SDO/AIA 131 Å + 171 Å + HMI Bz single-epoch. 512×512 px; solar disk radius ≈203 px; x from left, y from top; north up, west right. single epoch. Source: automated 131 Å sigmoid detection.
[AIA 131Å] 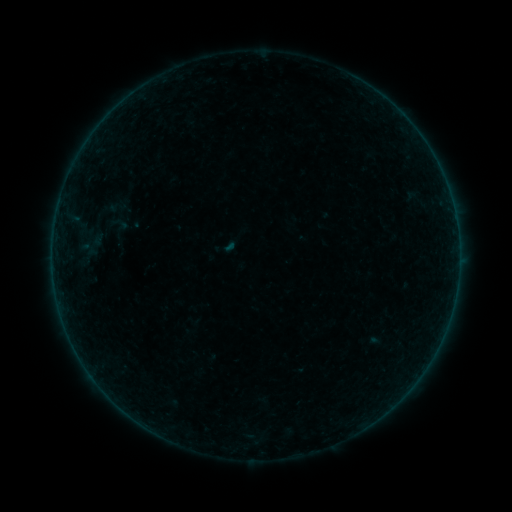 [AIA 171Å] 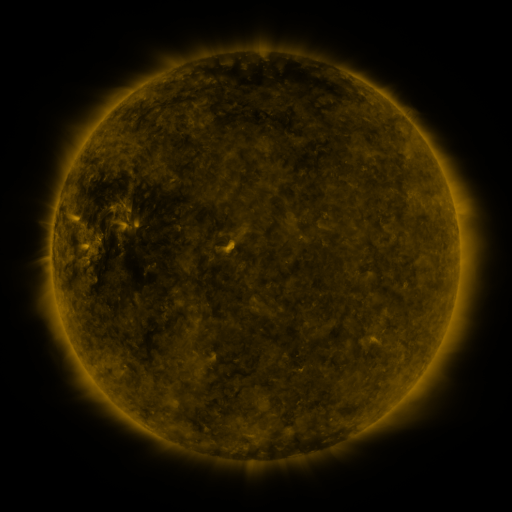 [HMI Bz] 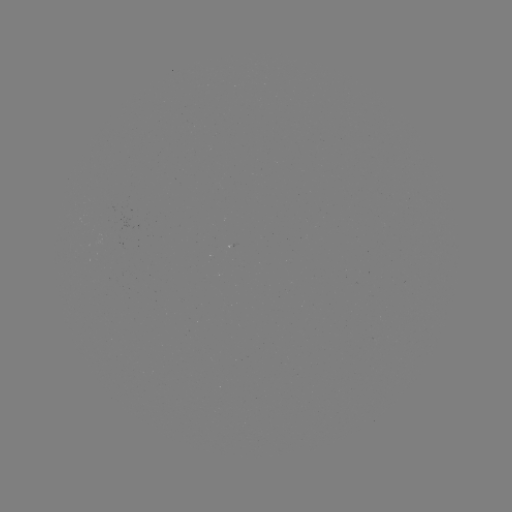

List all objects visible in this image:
sigmoid: <bbox>104, 192, 129, 219</bbox>
